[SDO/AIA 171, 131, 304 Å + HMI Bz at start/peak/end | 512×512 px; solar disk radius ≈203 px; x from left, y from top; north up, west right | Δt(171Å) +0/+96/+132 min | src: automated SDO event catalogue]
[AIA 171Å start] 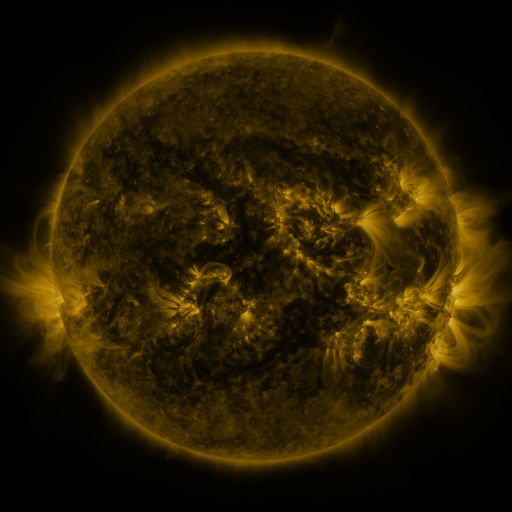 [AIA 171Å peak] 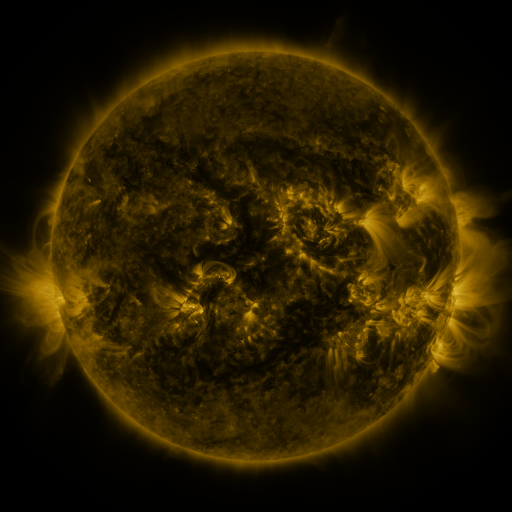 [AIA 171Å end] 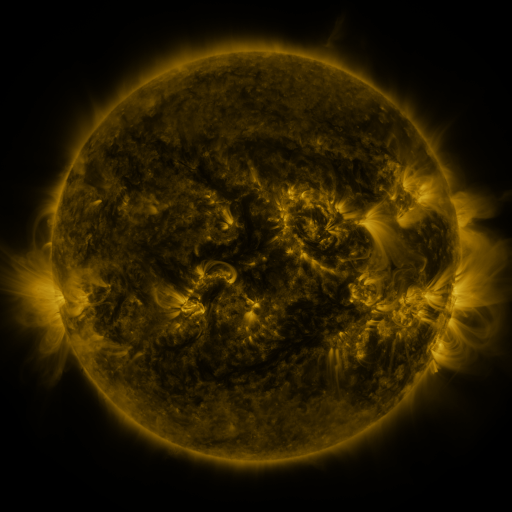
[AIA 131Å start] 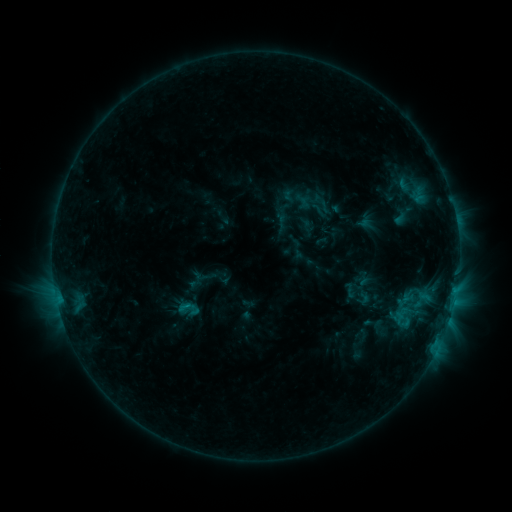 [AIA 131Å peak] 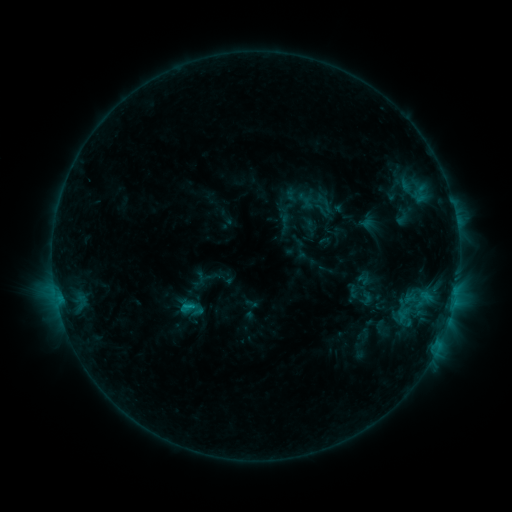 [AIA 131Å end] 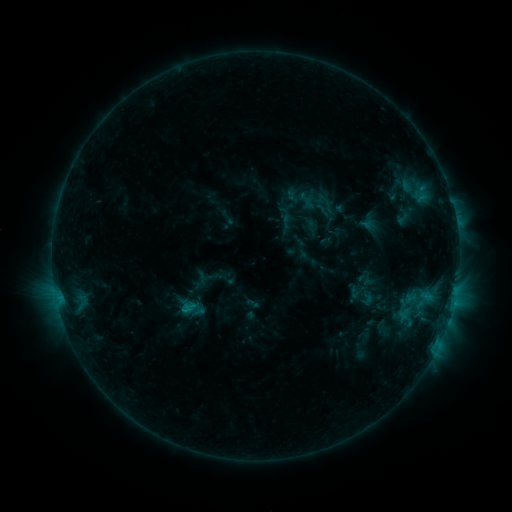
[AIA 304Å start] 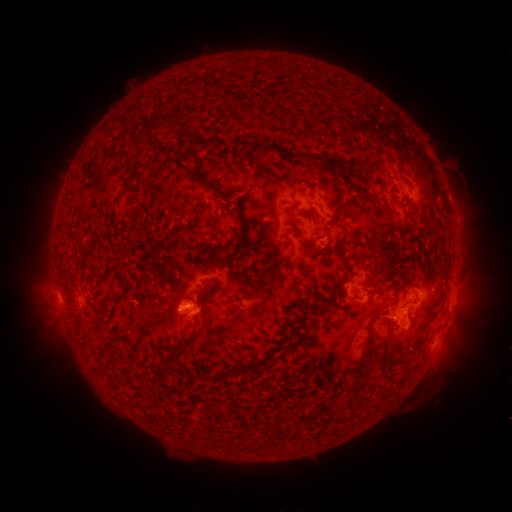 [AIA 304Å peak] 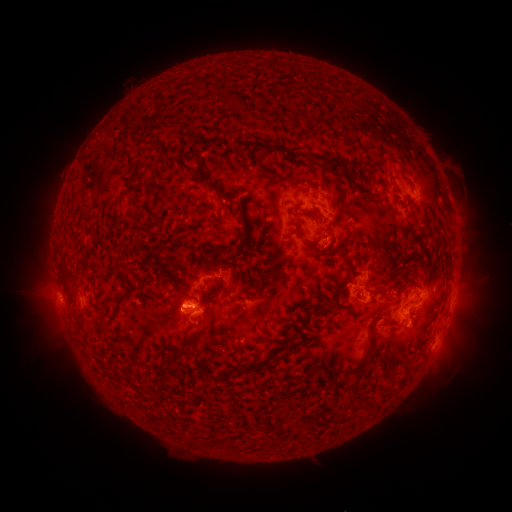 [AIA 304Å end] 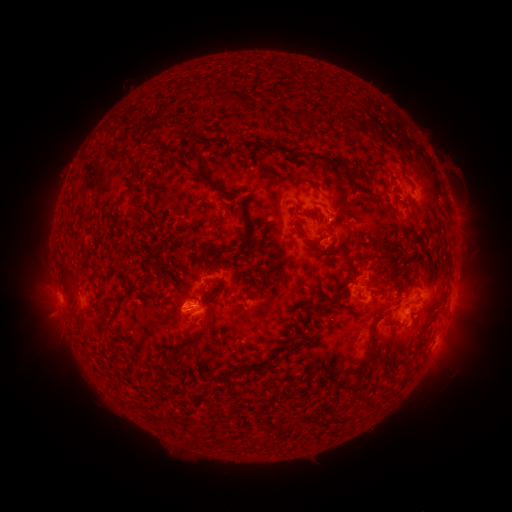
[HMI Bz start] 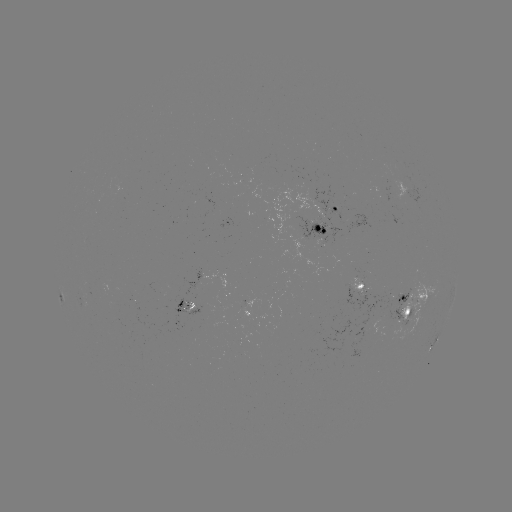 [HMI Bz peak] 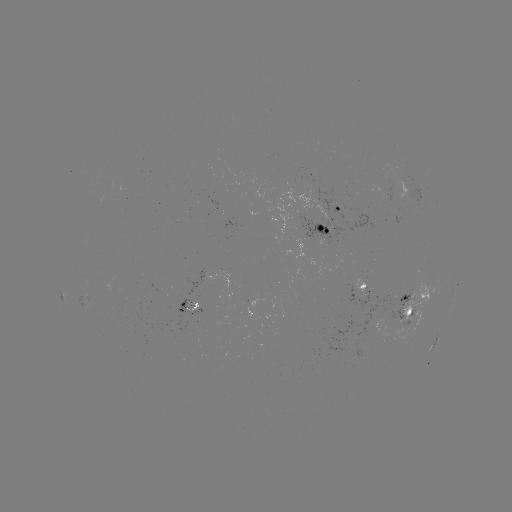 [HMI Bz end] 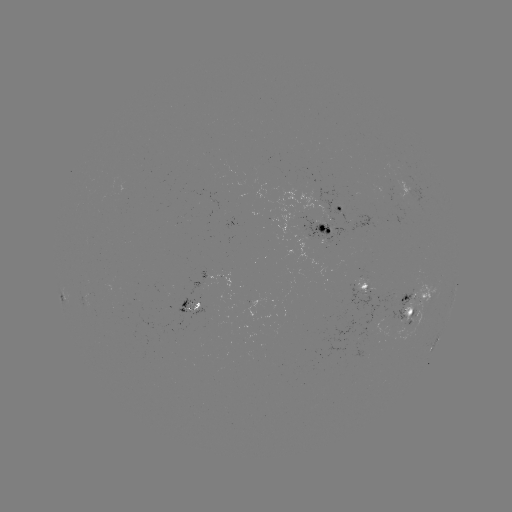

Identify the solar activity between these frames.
emerging-flux region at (324, 225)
